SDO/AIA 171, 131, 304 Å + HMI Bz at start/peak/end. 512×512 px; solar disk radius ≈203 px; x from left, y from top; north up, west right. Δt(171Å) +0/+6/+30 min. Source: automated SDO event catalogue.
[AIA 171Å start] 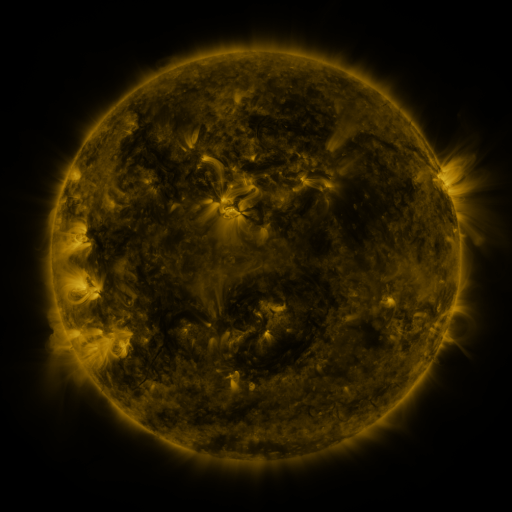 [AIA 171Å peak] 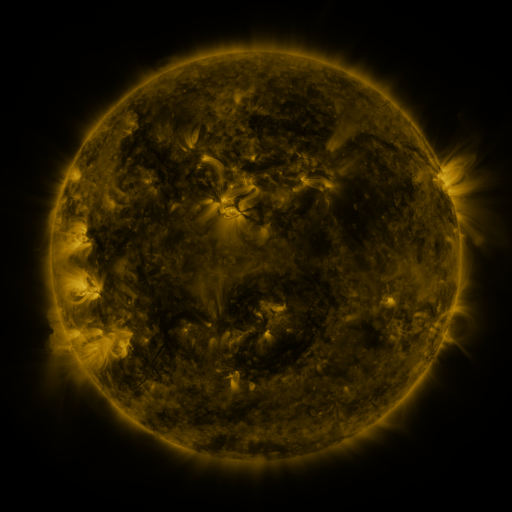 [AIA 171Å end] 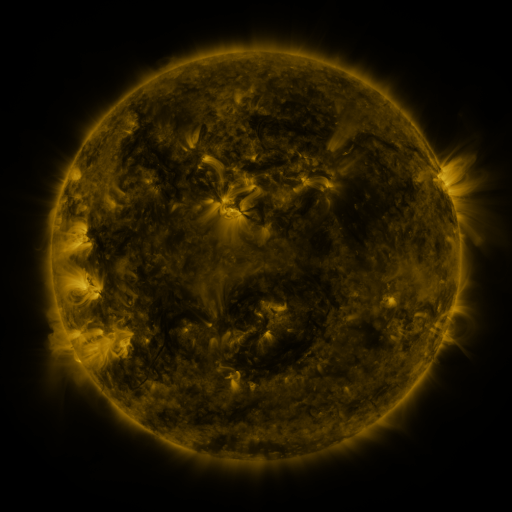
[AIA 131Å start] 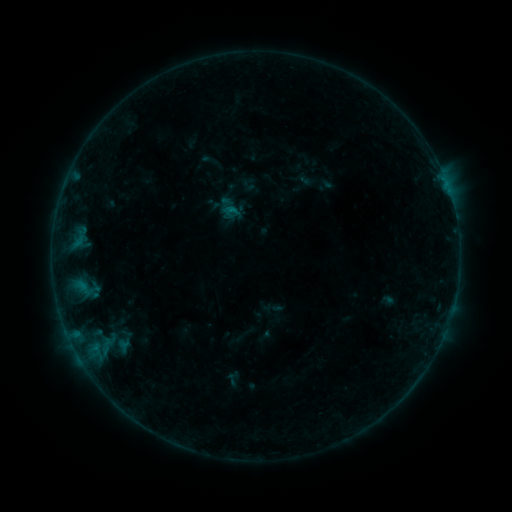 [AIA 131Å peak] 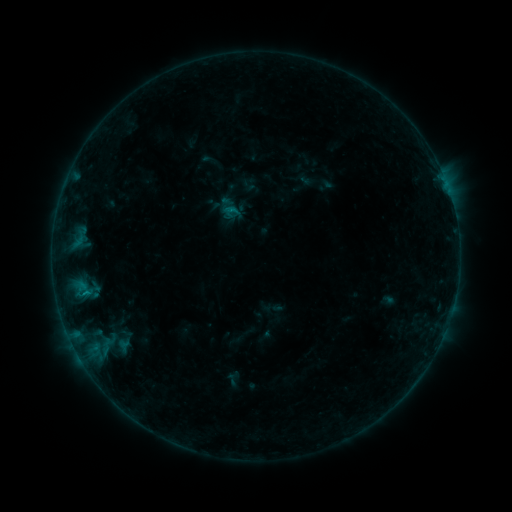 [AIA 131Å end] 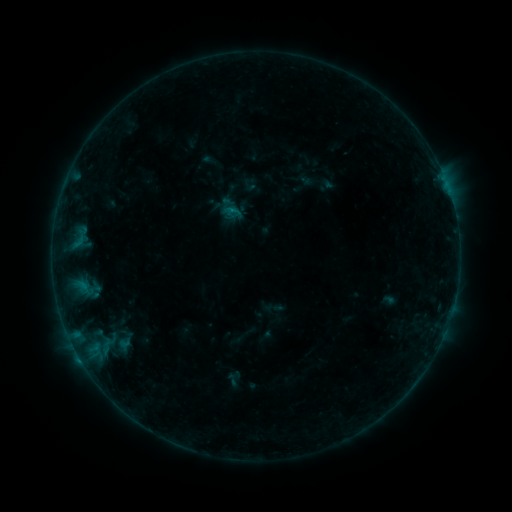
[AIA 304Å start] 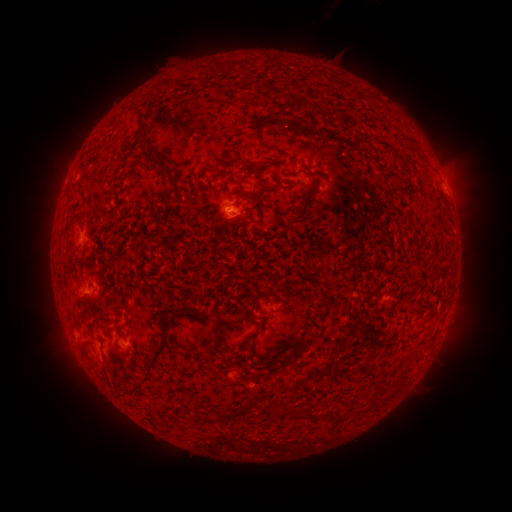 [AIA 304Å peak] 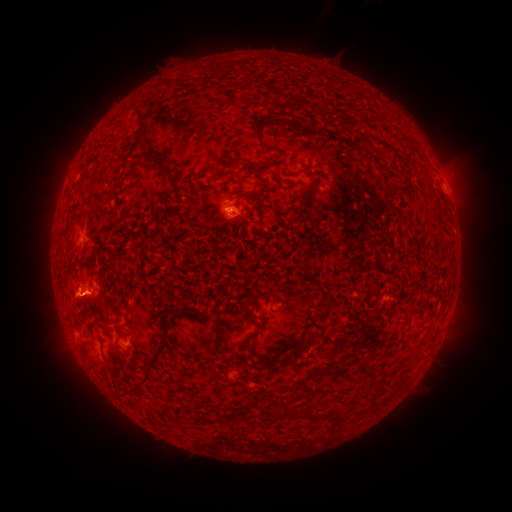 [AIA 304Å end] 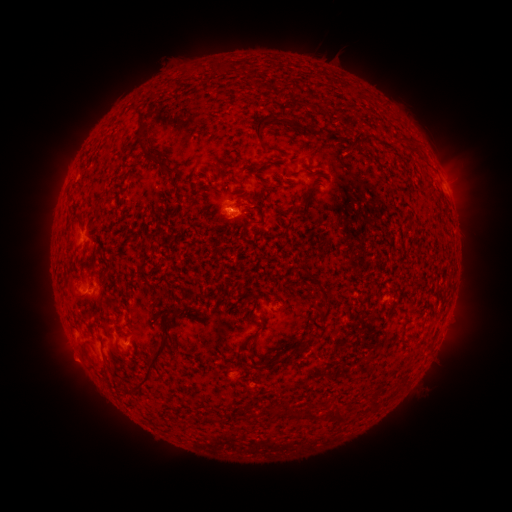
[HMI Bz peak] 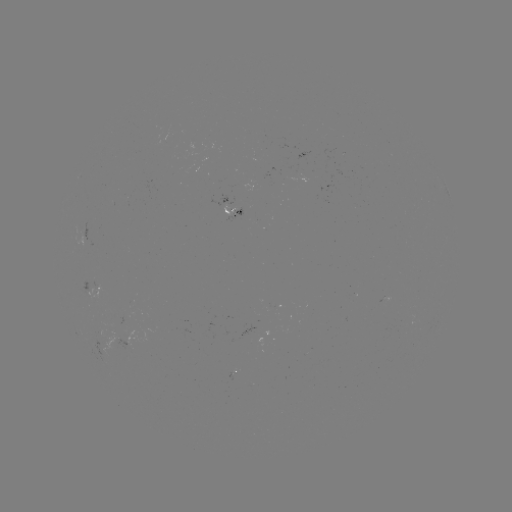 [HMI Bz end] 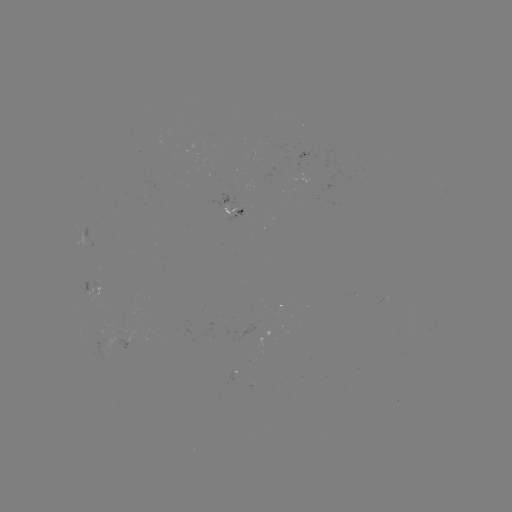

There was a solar flare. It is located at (85, 291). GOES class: B3.4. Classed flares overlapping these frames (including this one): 1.